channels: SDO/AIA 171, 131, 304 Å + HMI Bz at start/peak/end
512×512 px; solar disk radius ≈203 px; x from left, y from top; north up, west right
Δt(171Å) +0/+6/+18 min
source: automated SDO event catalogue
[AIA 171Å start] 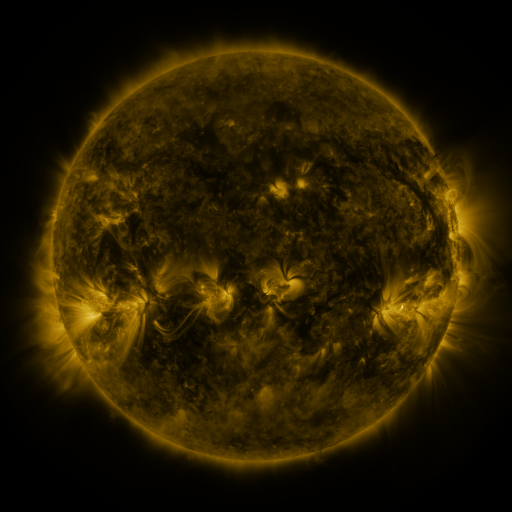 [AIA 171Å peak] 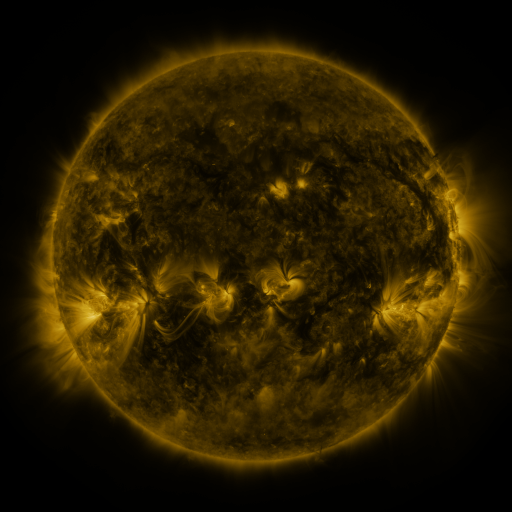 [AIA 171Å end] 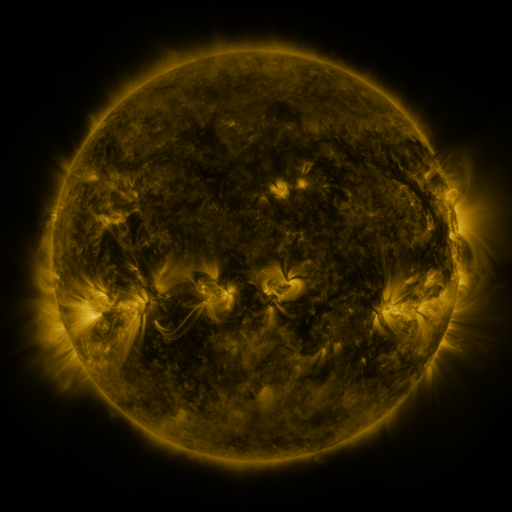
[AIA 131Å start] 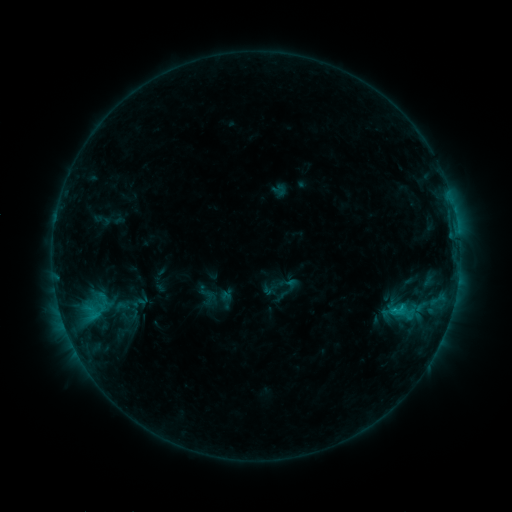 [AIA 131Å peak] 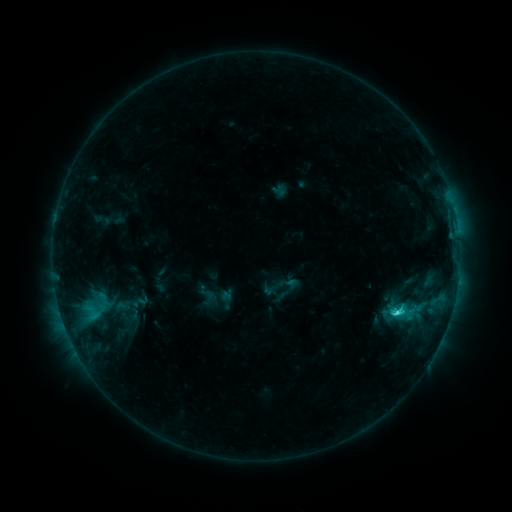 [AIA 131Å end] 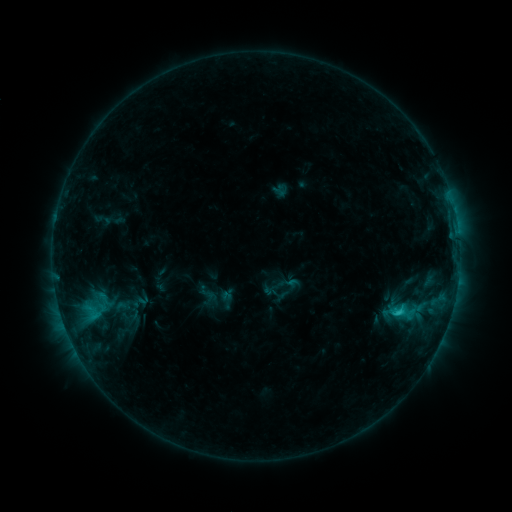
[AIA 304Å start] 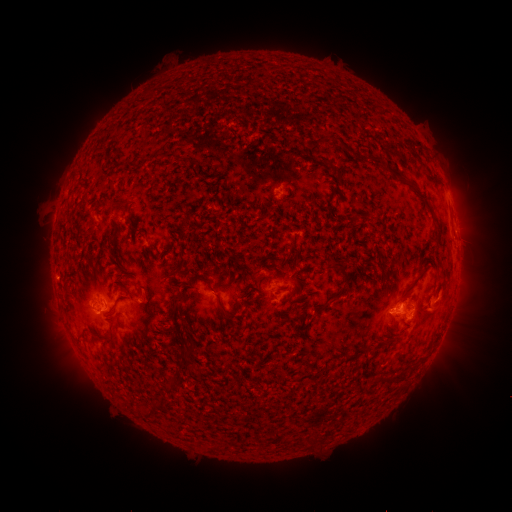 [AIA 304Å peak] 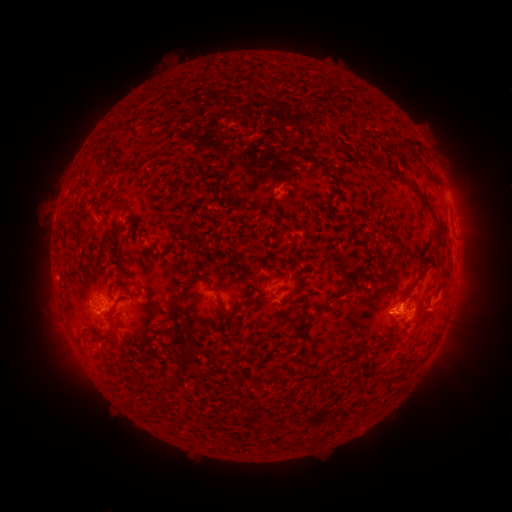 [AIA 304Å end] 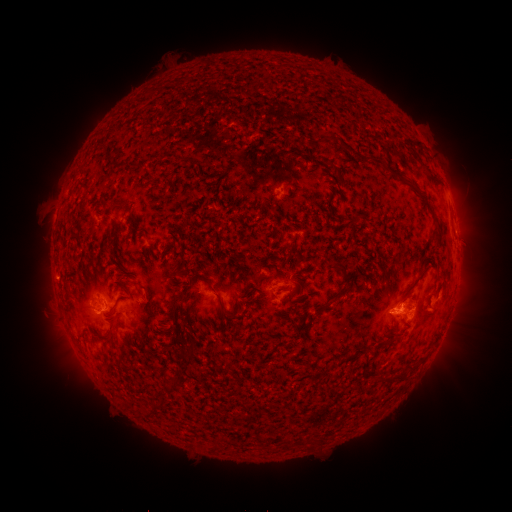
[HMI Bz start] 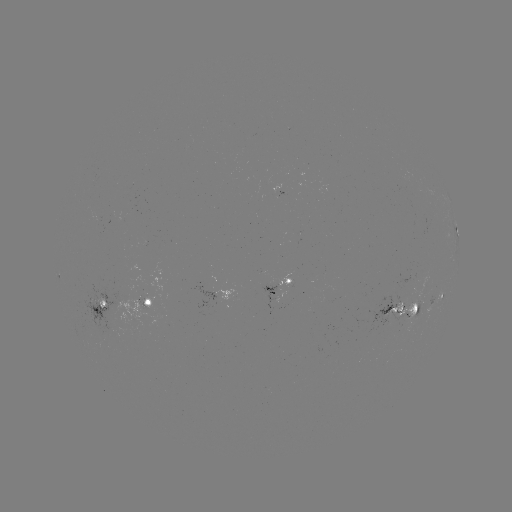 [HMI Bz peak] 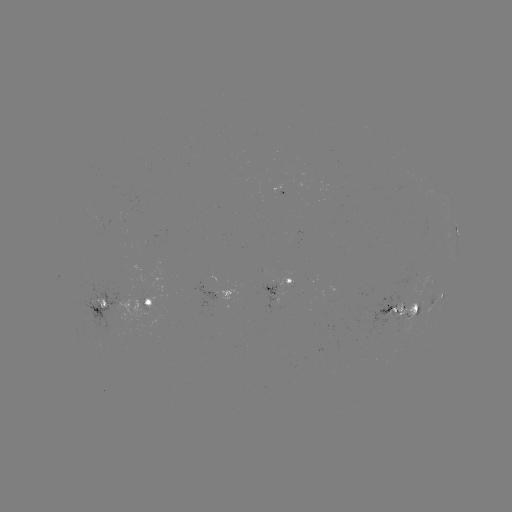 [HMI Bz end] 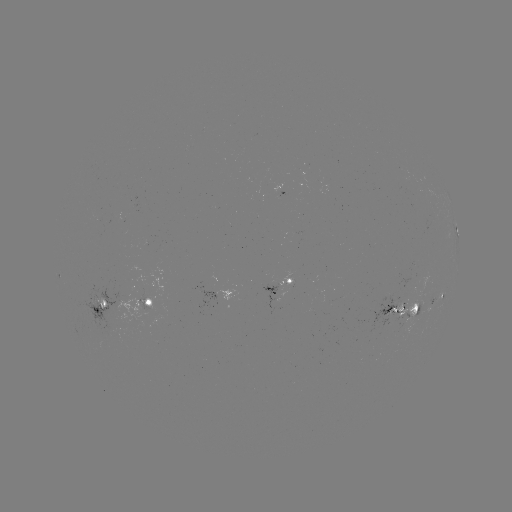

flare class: C2.2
